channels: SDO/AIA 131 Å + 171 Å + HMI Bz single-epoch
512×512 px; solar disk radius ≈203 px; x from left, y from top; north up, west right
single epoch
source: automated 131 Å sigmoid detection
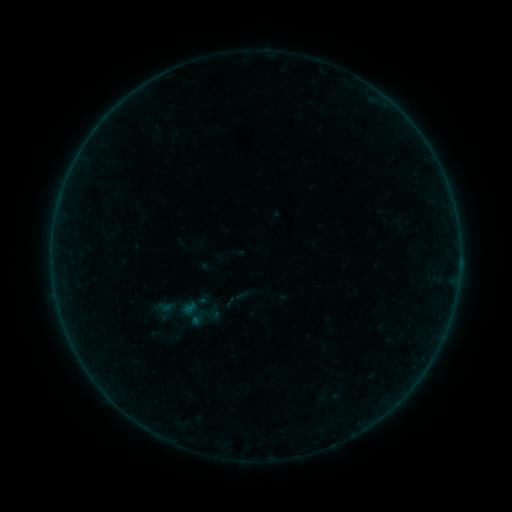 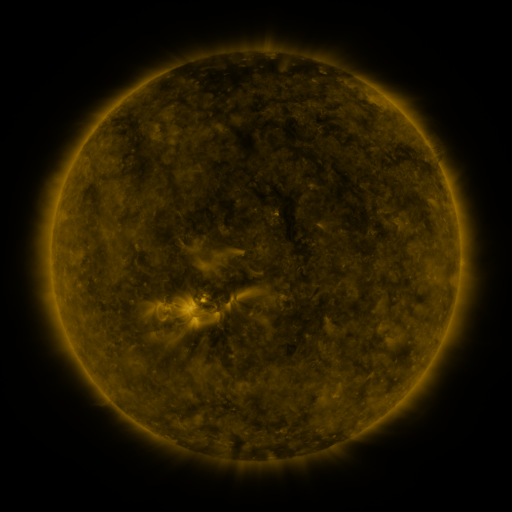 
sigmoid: (154, 298, 173, 316)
